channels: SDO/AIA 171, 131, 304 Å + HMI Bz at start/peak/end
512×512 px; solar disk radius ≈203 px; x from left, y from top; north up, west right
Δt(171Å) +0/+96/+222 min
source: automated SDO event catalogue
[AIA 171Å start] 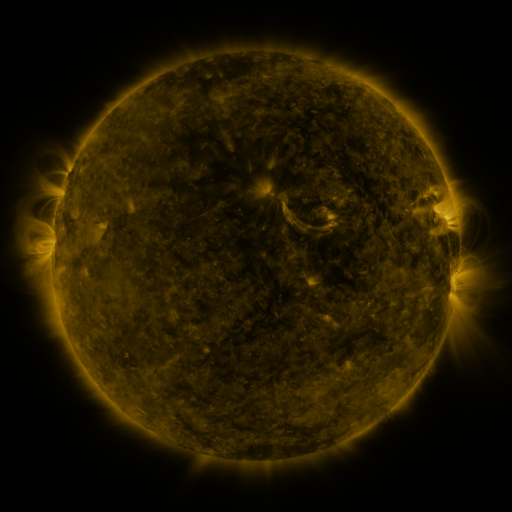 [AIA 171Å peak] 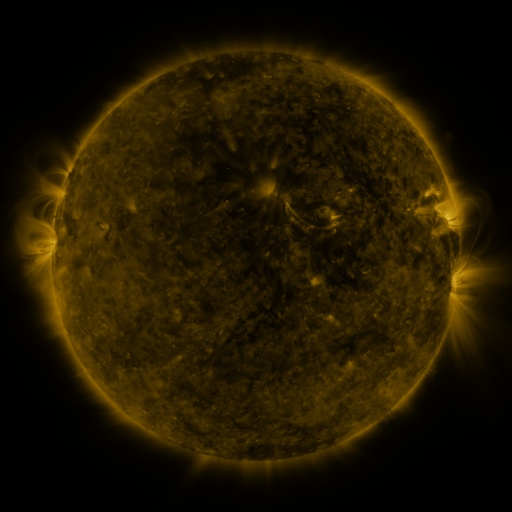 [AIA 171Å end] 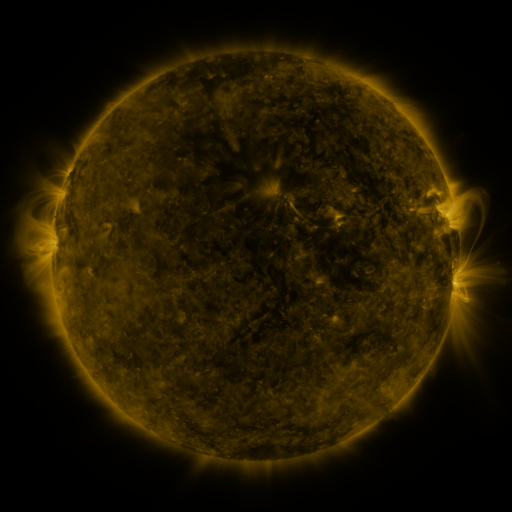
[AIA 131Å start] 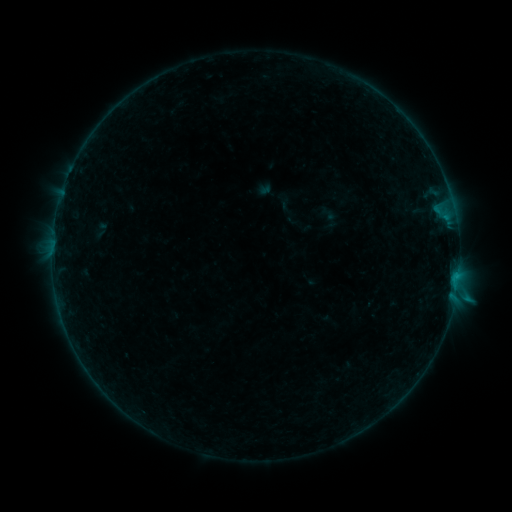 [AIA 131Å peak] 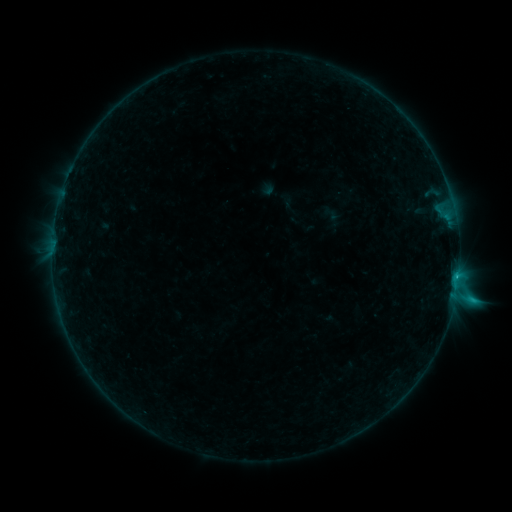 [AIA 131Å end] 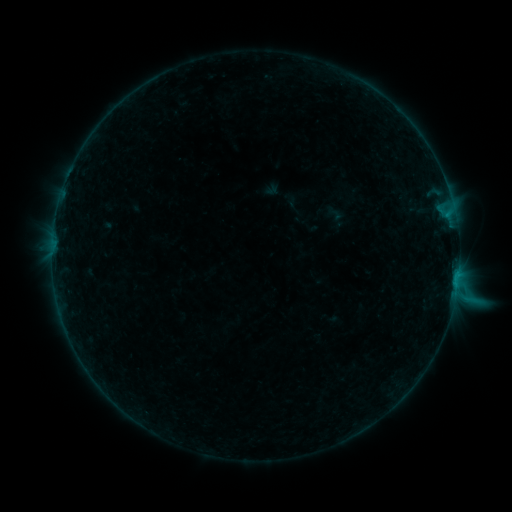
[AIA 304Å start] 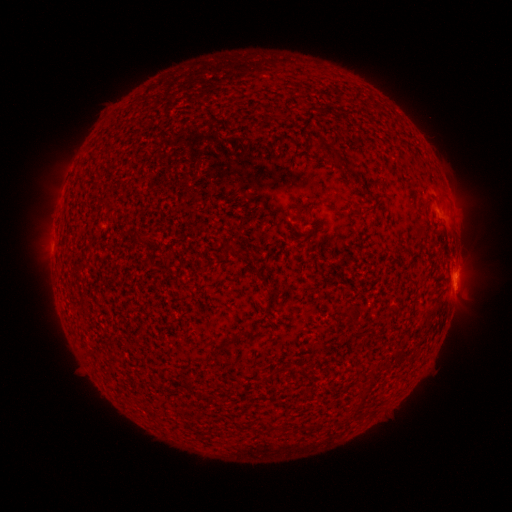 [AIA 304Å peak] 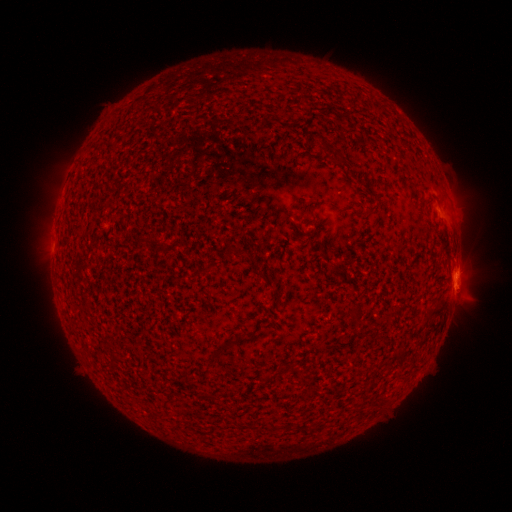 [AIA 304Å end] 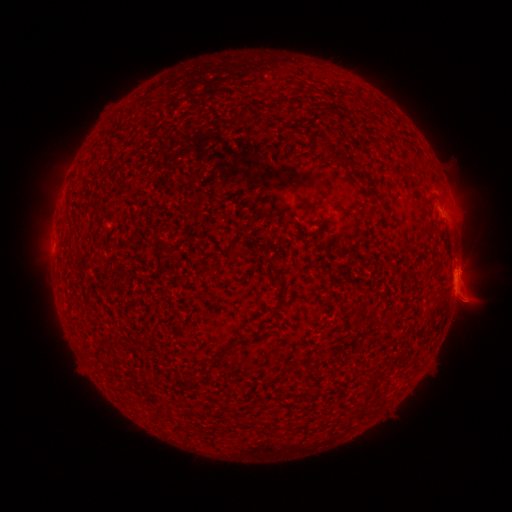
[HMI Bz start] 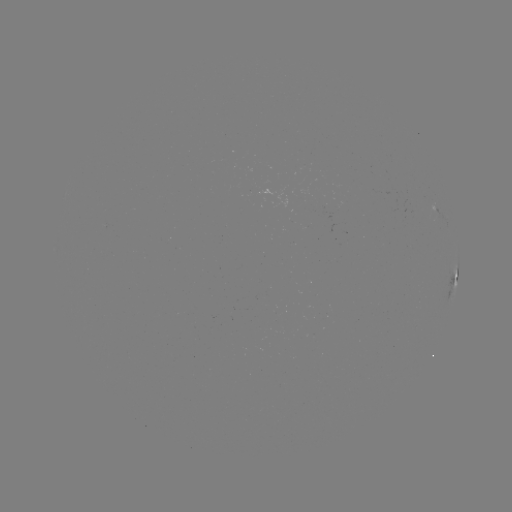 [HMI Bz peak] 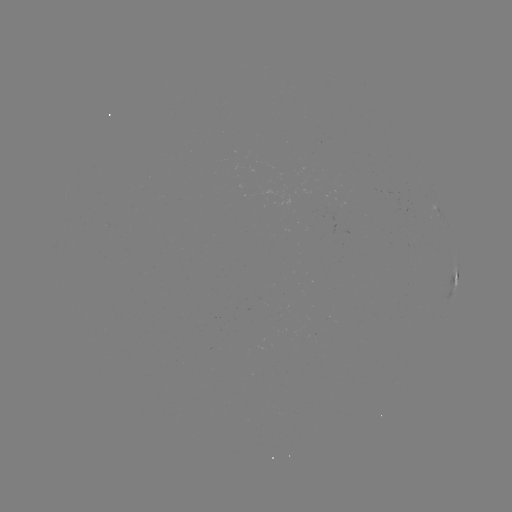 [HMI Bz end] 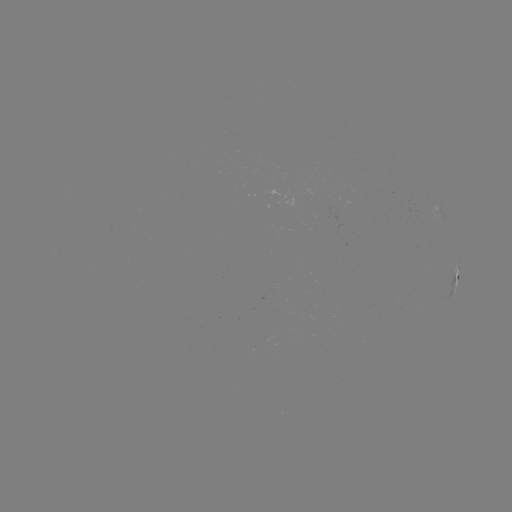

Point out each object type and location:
C1.2 flare: (455, 295)
